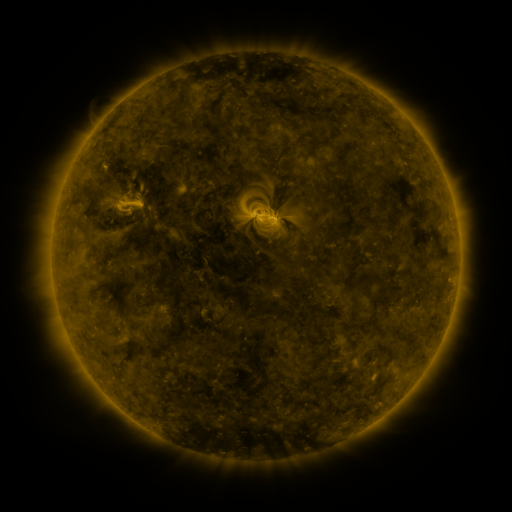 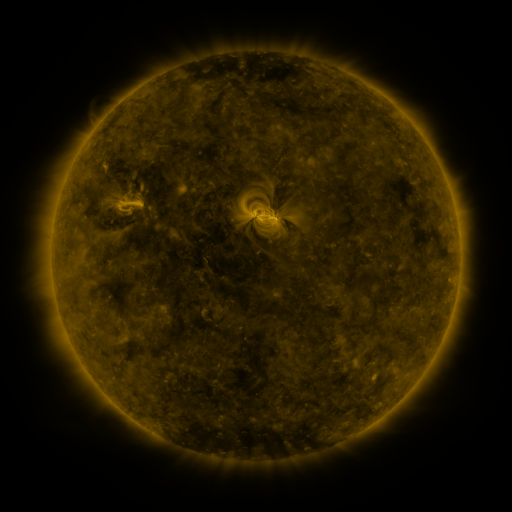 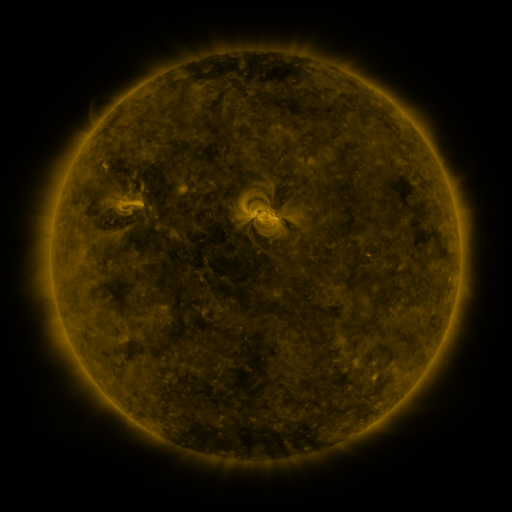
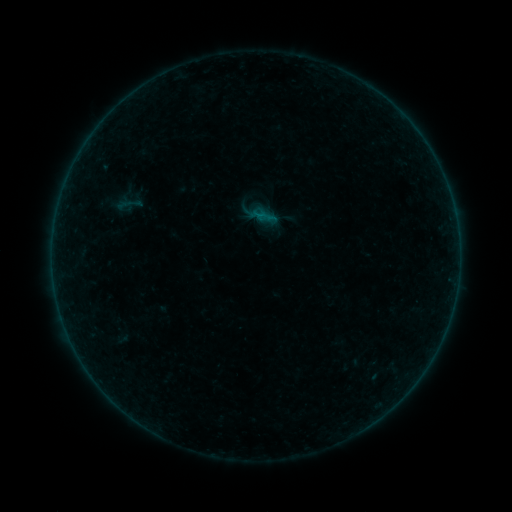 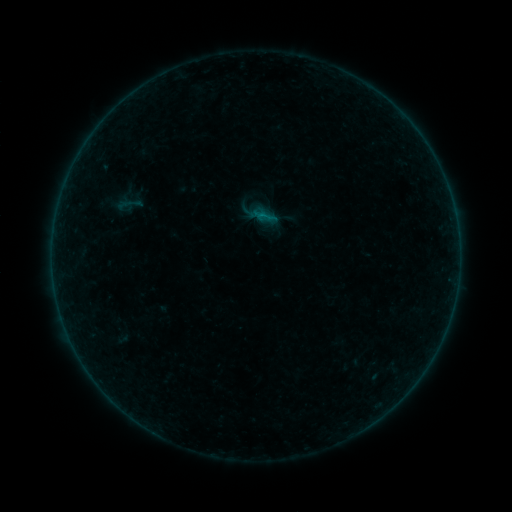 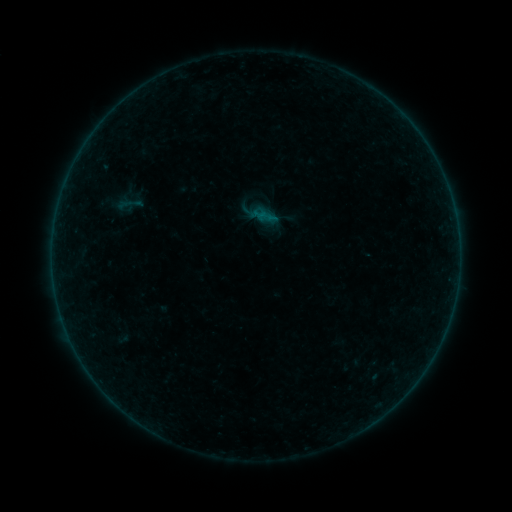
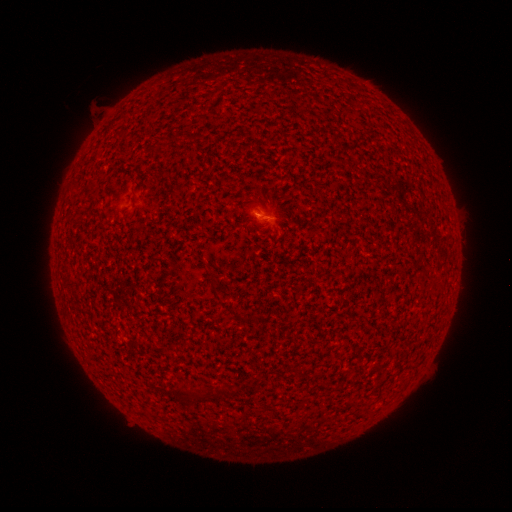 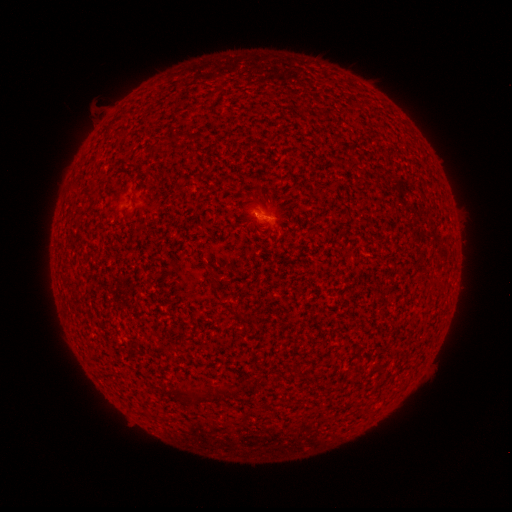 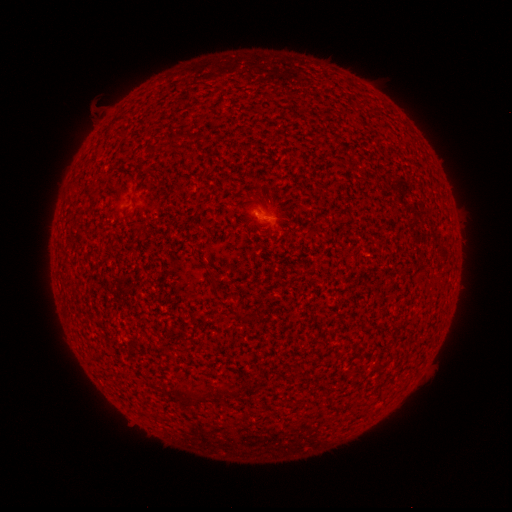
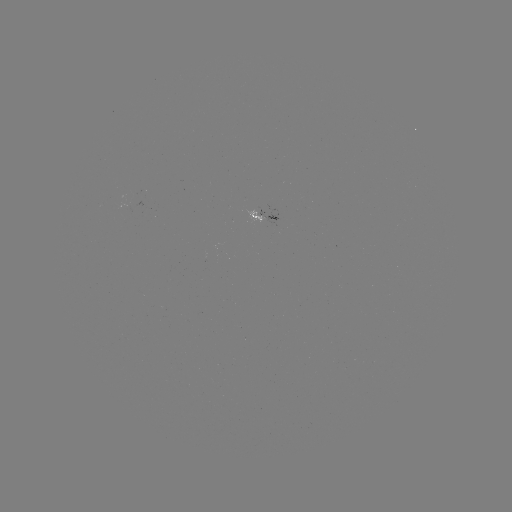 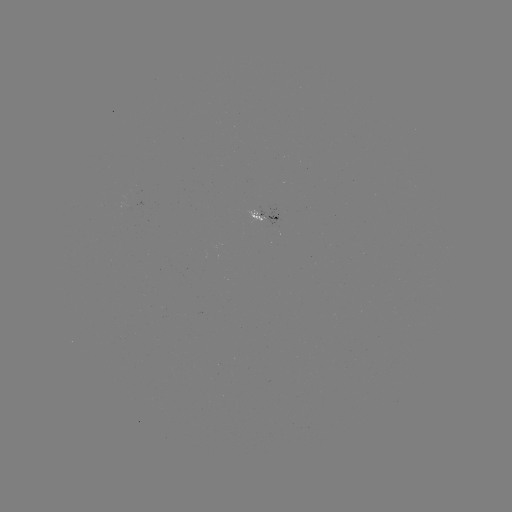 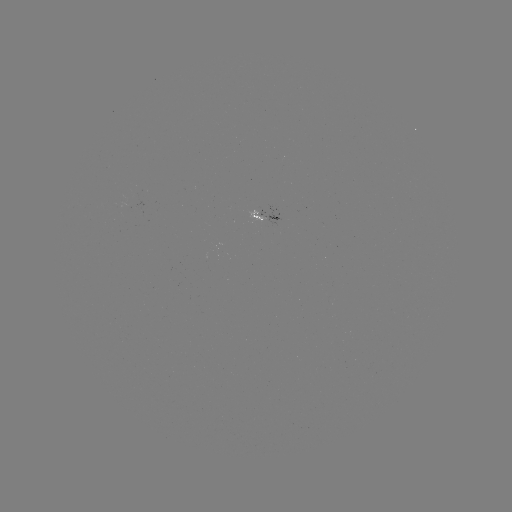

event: flare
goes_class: A8.3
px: (259, 215)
